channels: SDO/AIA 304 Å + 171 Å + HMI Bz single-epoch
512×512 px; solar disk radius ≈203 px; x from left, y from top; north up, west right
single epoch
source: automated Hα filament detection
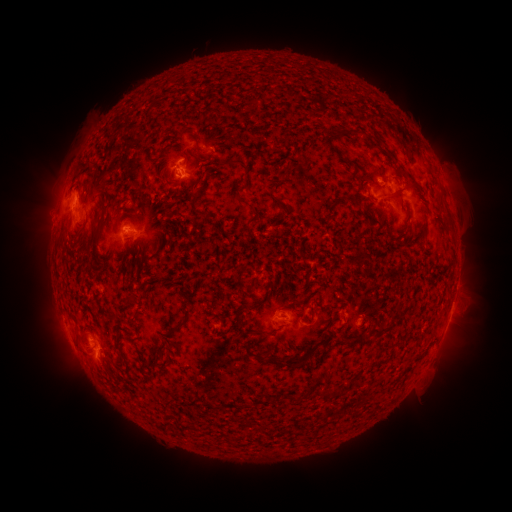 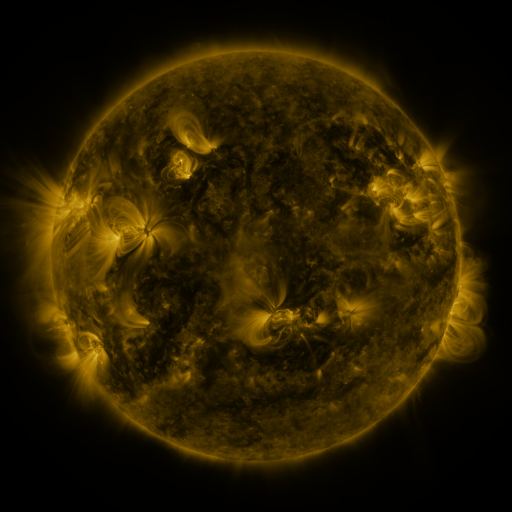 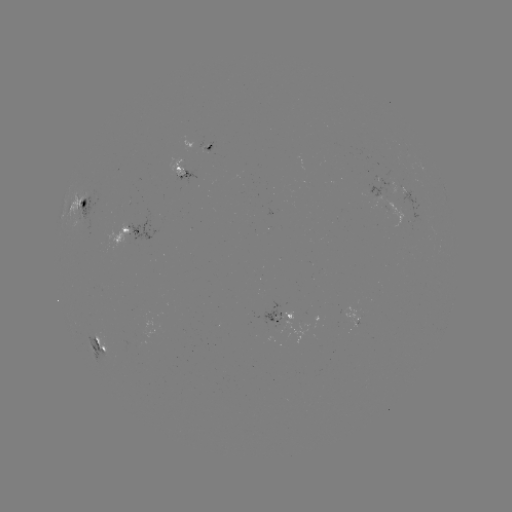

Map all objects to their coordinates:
filament: (200, 149)
filament: (84, 164)
filament: (226, 164)
filament: (363, 179)
filament: (391, 200)
filament: (195, 201)
filament: (337, 201)
filament: (250, 207)
filament: (424, 233)
filament: (399, 313)
filament: (132, 319)
filament: (180, 324)
filament: (379, 331)
filament: (357, 341)
filament: (103, 361)
filament: (288, 364)
filament: (332, 394)
